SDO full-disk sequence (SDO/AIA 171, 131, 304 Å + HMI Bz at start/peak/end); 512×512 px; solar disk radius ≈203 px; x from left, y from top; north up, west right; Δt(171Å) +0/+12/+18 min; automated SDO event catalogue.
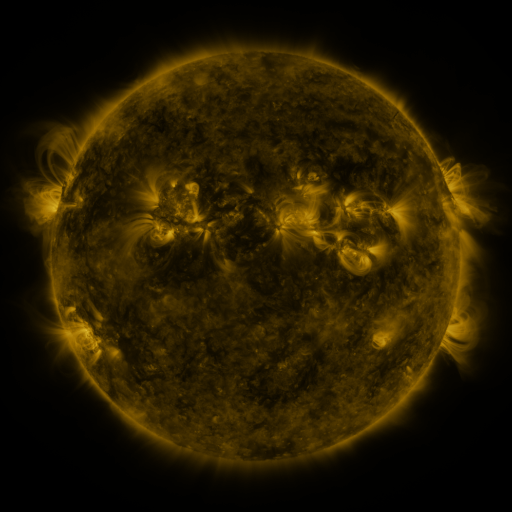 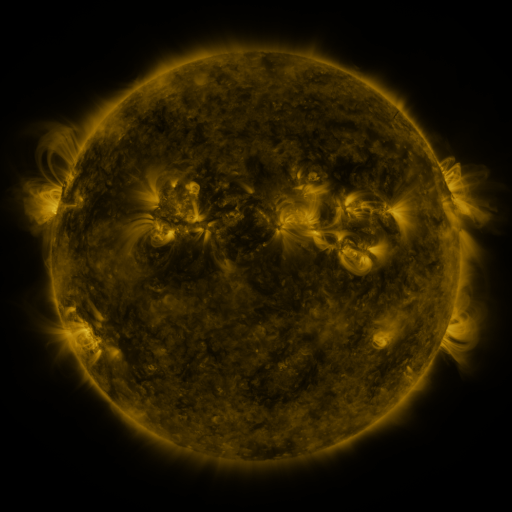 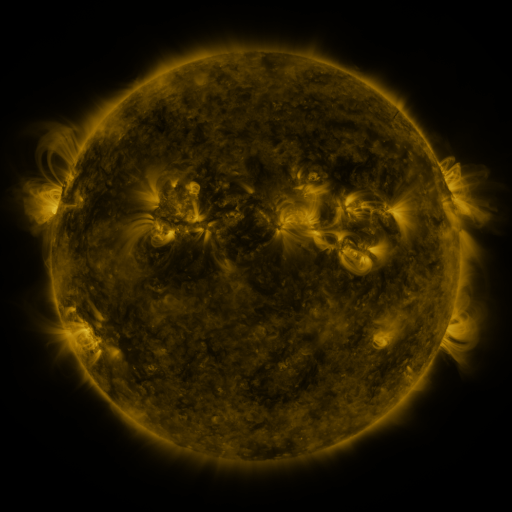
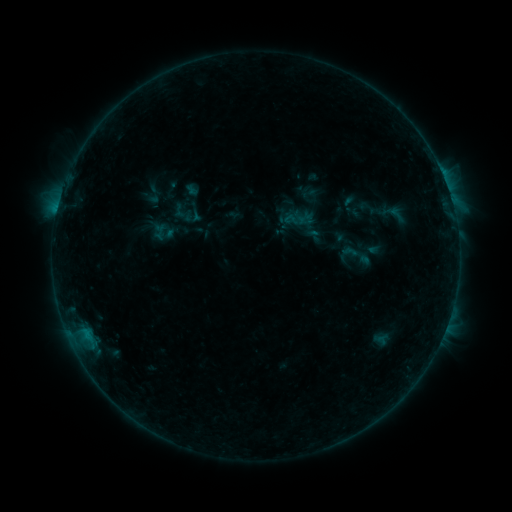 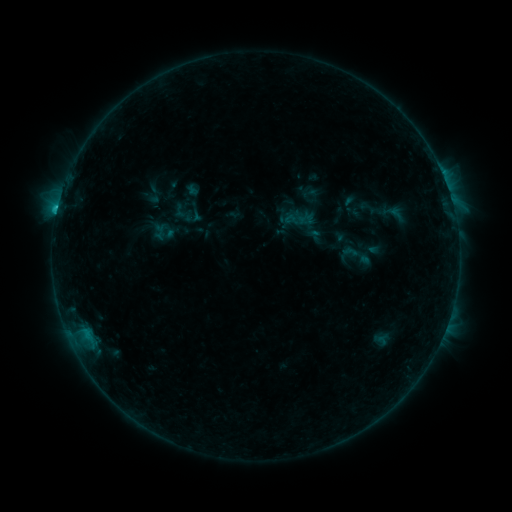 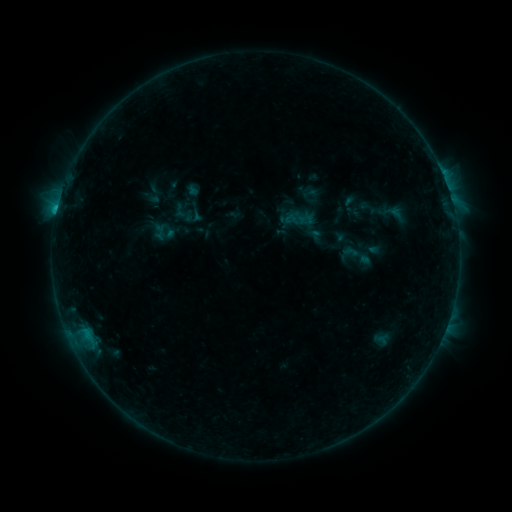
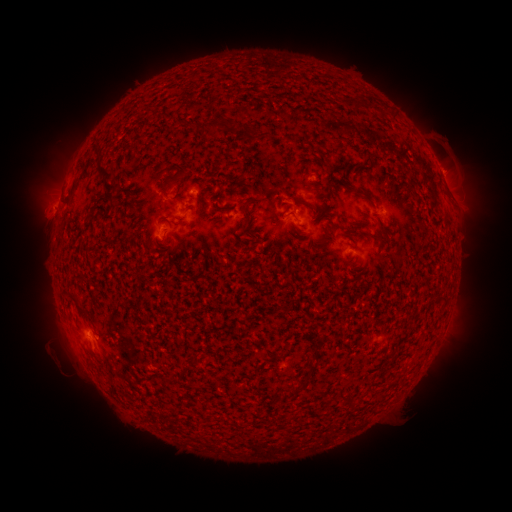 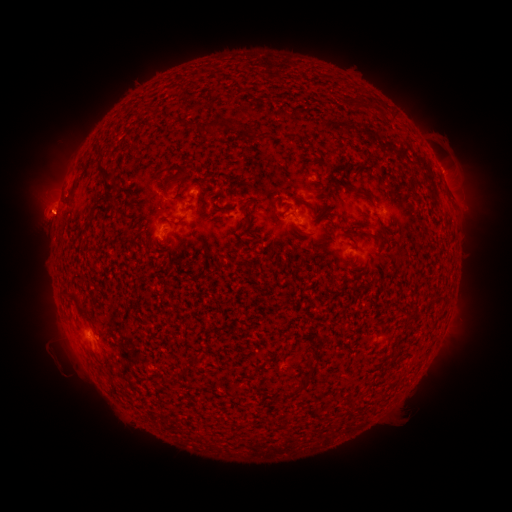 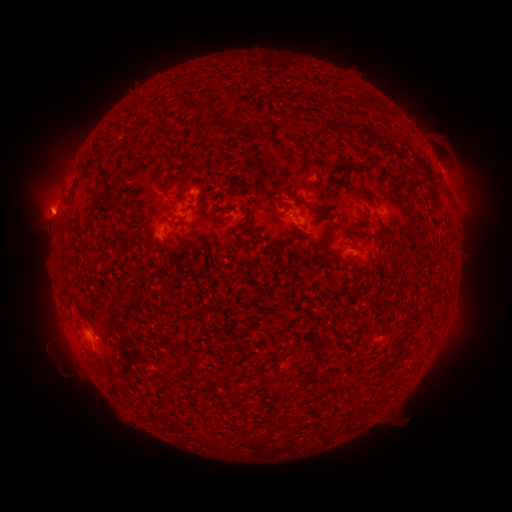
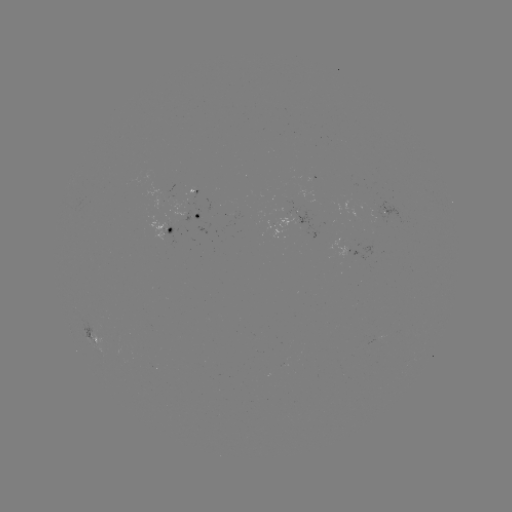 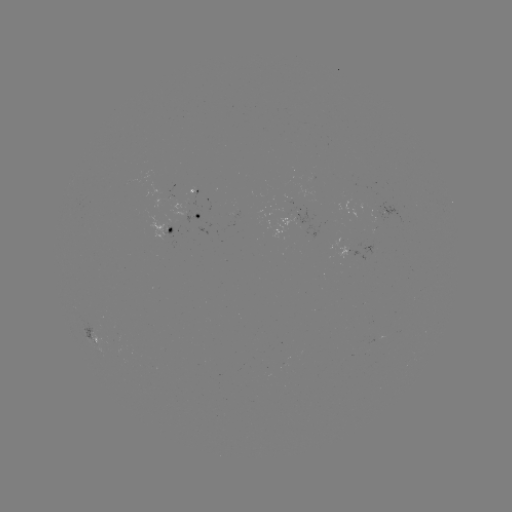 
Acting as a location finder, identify eruption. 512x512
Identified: [50, 212].